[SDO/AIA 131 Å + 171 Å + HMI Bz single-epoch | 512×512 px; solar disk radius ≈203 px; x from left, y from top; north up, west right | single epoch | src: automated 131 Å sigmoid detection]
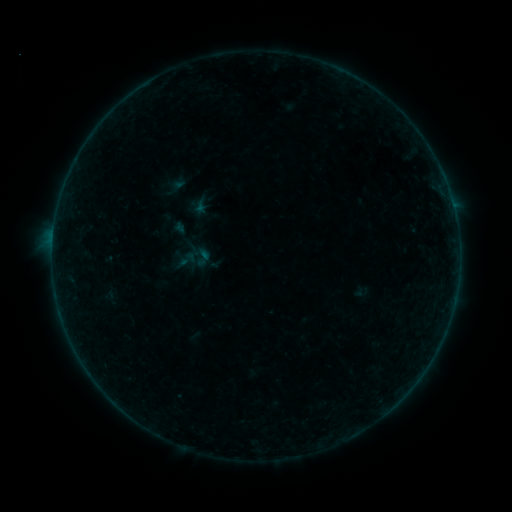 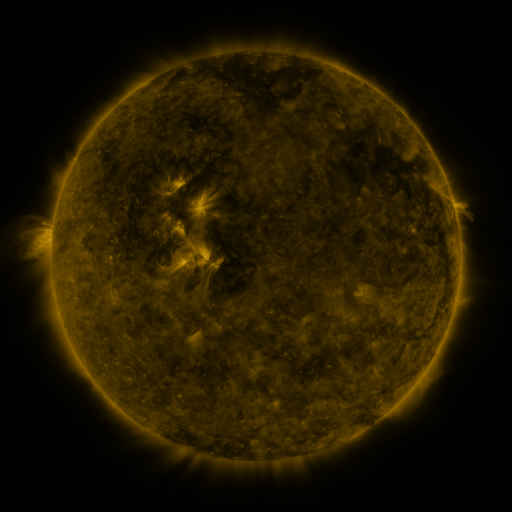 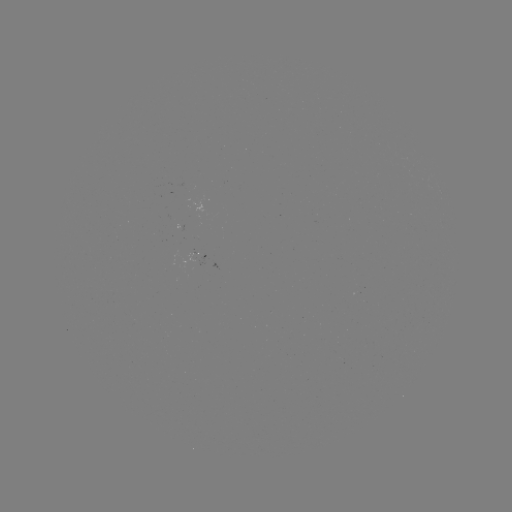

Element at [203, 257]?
sigmoid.